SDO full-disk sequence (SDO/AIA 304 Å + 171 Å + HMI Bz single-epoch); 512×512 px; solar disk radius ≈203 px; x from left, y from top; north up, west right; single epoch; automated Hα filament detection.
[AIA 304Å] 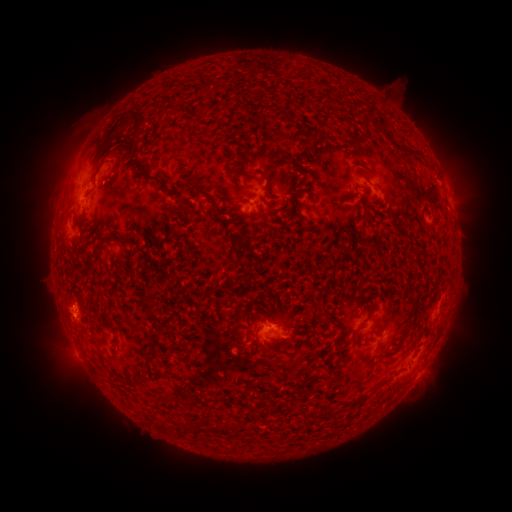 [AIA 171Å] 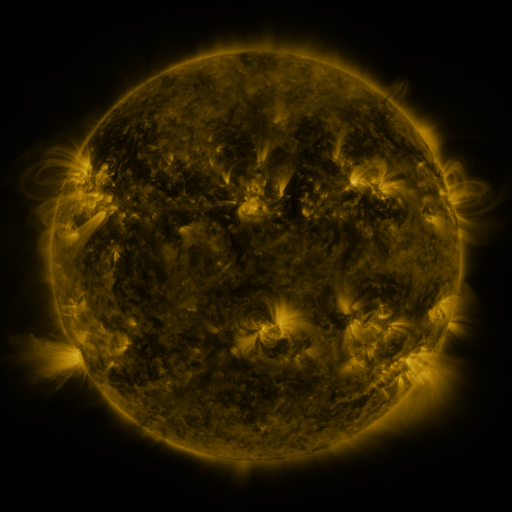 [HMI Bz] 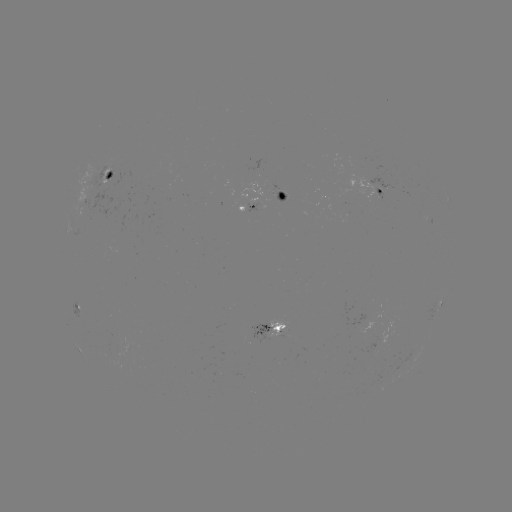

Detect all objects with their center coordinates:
filament: (262, 175)
filament: (161, 183)
filament: (354, 225)
filament: (99, 244)
filament: (148, 307)
filament: (324, 322)
filament: (295, 333)
